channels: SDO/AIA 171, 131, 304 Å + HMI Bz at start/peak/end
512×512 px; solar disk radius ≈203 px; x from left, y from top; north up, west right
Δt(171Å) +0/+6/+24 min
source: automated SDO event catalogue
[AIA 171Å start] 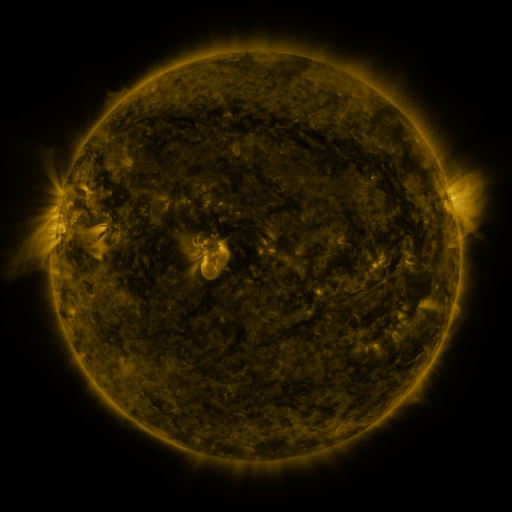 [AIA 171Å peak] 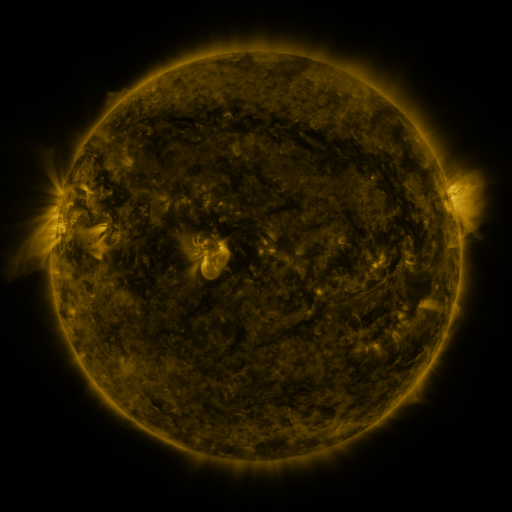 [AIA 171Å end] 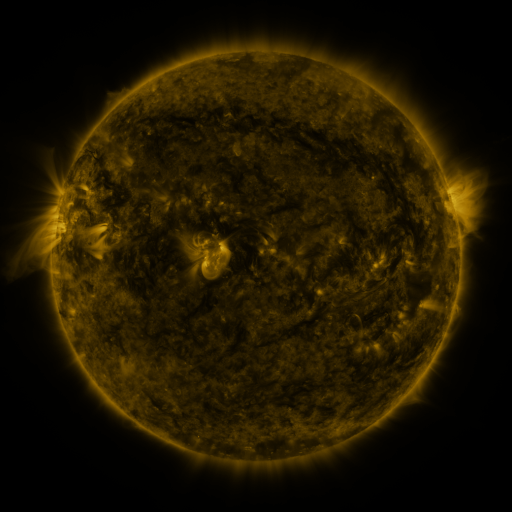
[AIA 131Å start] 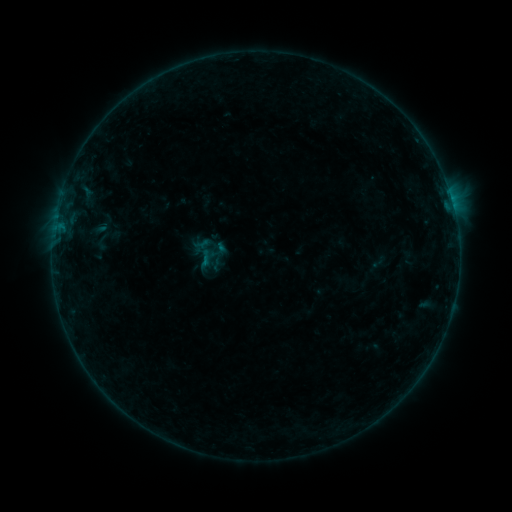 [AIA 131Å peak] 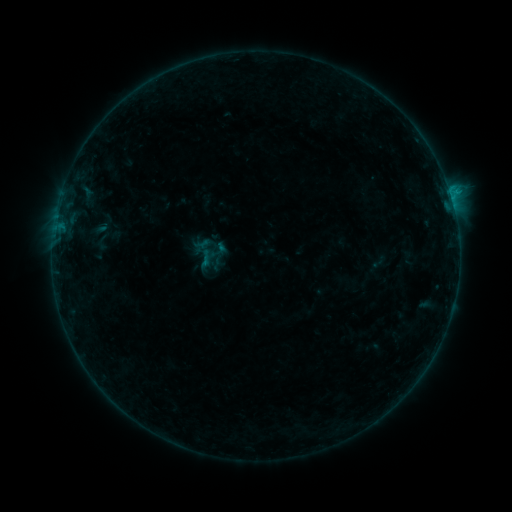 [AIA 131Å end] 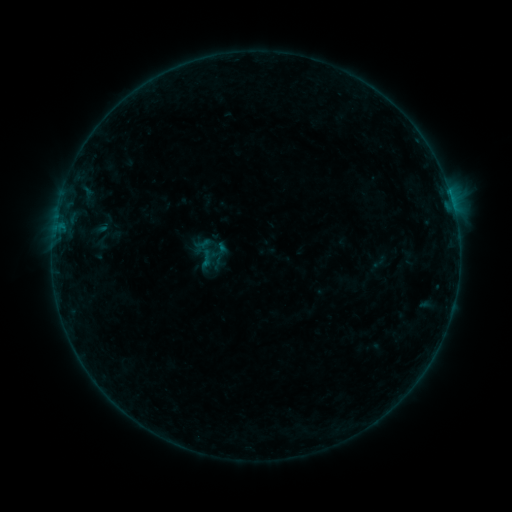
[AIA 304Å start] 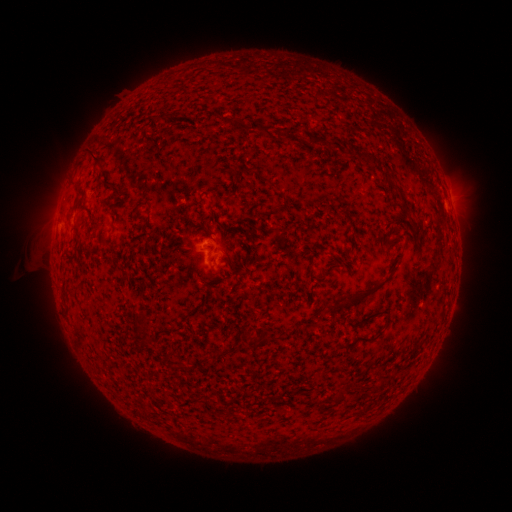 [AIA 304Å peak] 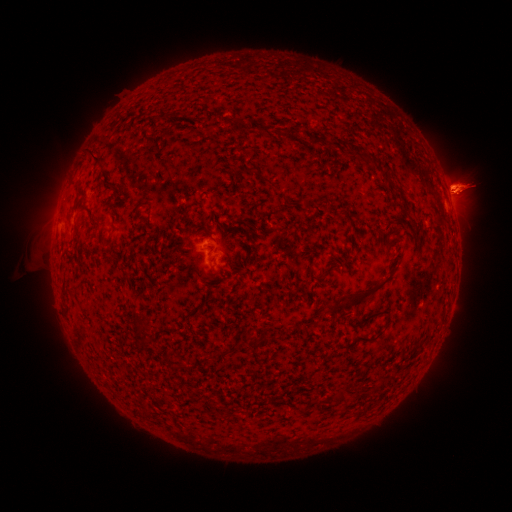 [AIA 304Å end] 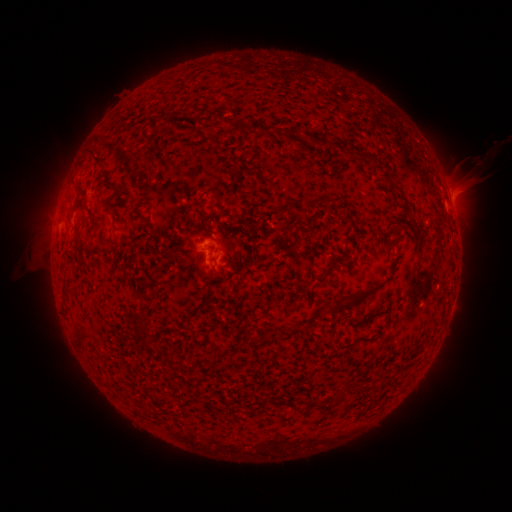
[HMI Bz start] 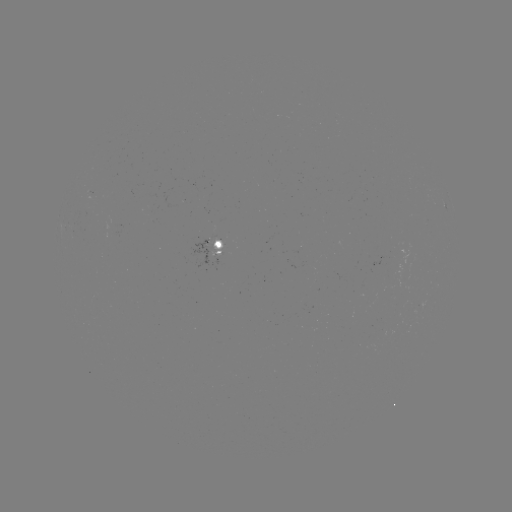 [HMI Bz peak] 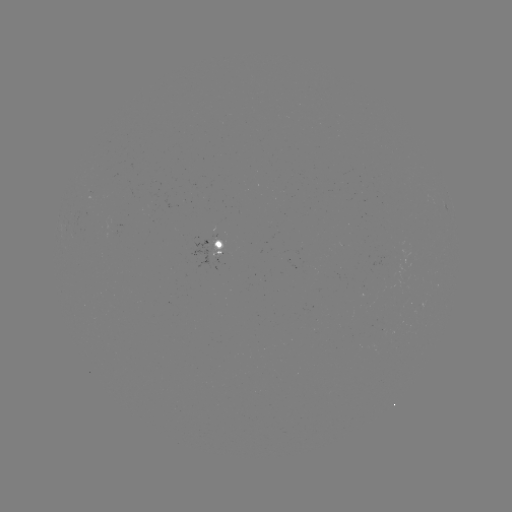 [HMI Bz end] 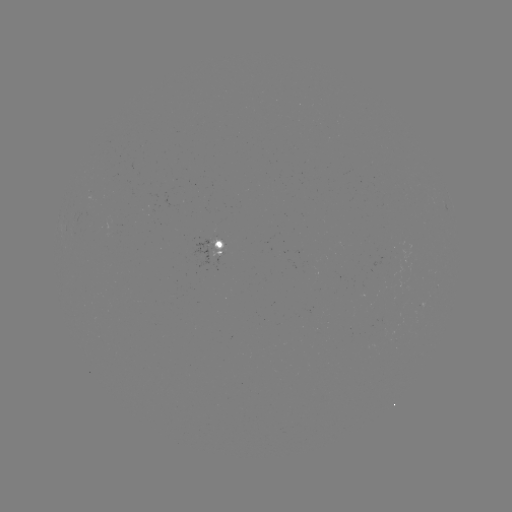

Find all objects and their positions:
B3.5 flare: (450, 195)
